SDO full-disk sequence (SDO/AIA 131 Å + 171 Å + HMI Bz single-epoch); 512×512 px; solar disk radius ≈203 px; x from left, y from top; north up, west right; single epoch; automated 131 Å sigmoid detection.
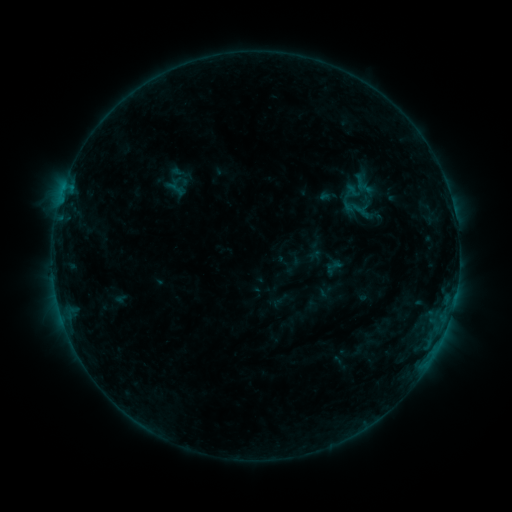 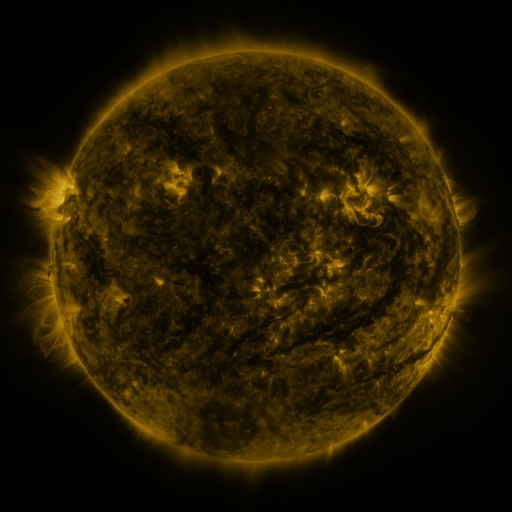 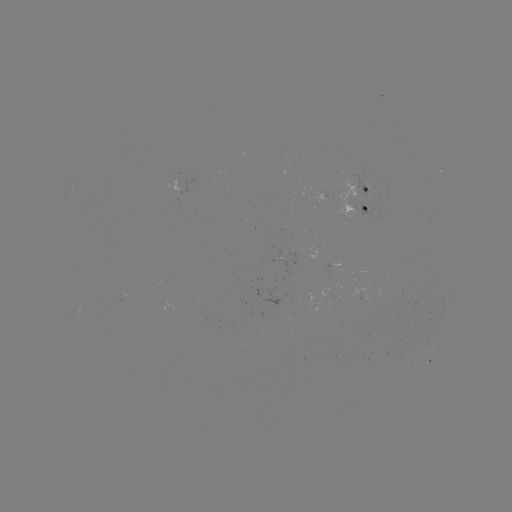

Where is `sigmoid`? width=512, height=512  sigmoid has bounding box [341, 194, 367, 220].